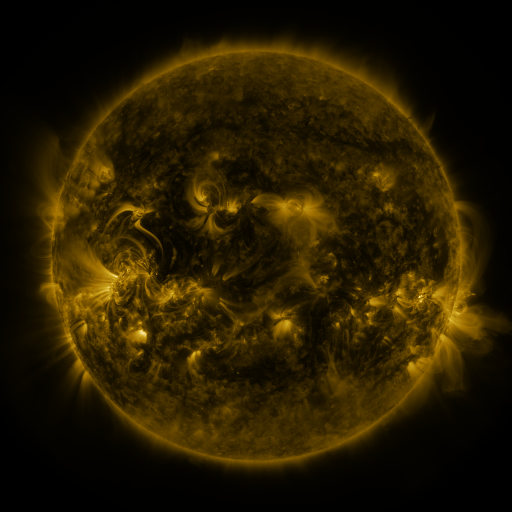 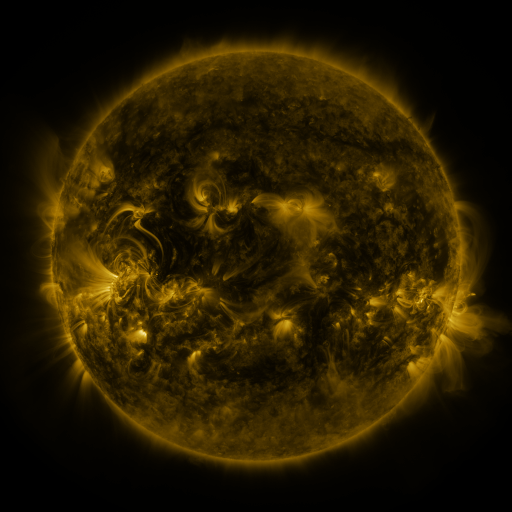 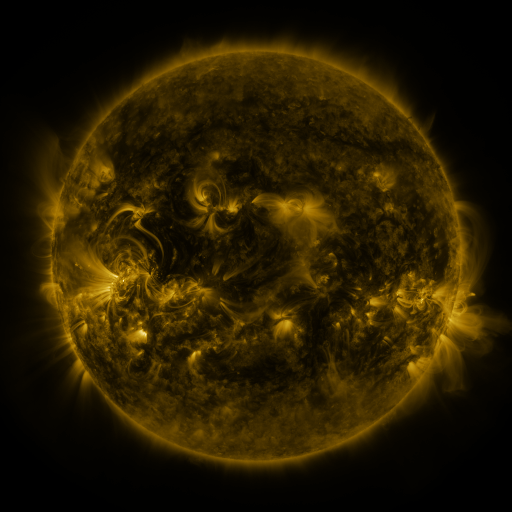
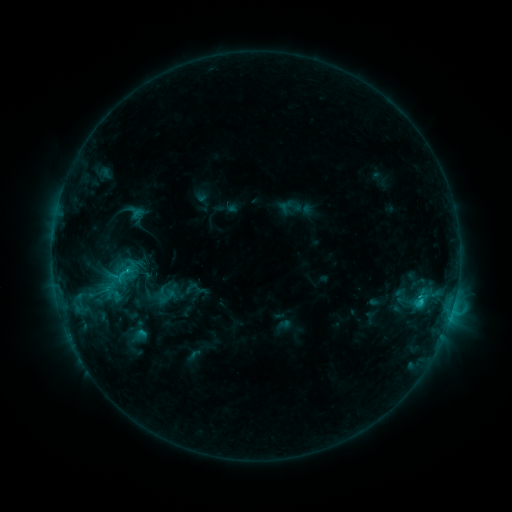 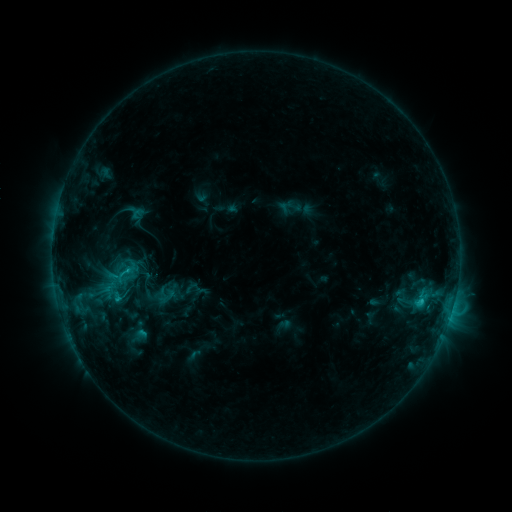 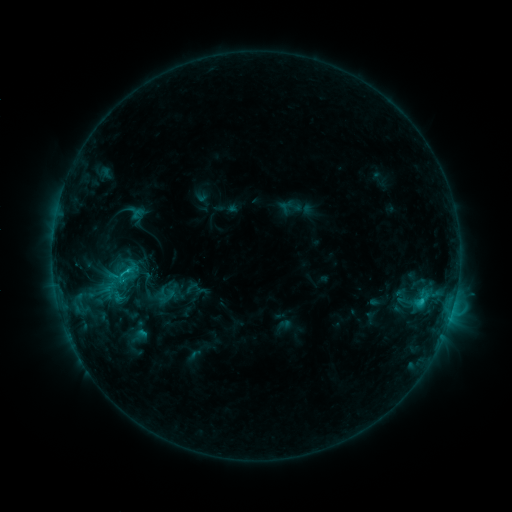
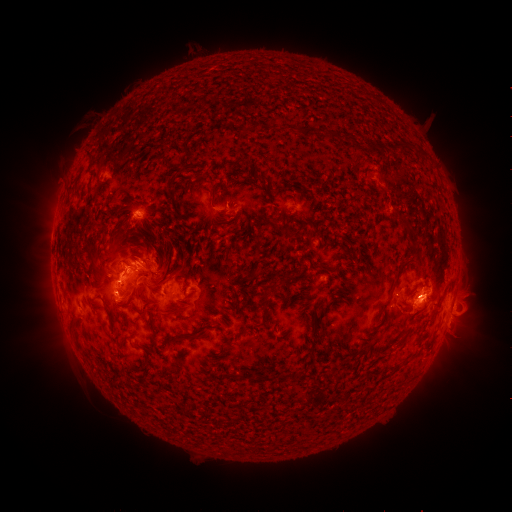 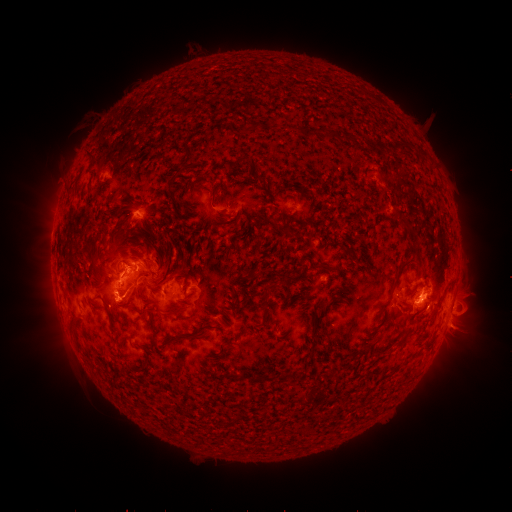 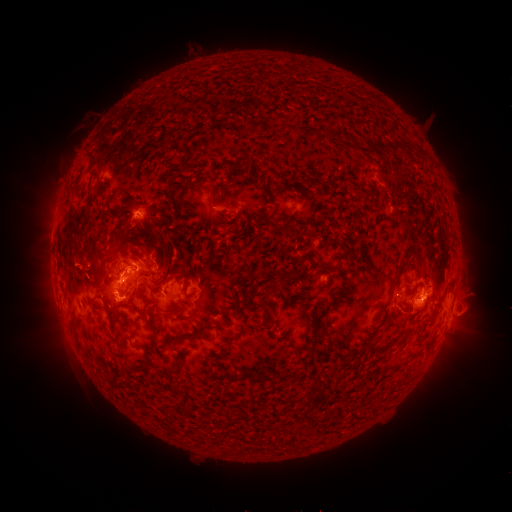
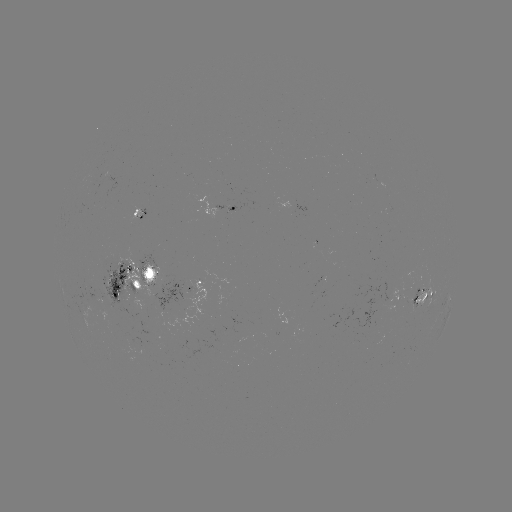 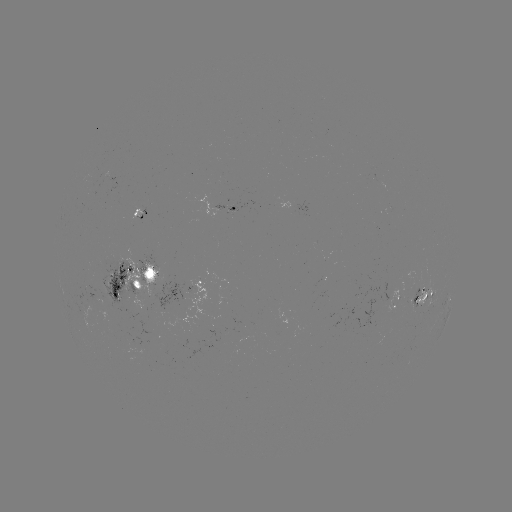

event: eruption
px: (459, 329)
